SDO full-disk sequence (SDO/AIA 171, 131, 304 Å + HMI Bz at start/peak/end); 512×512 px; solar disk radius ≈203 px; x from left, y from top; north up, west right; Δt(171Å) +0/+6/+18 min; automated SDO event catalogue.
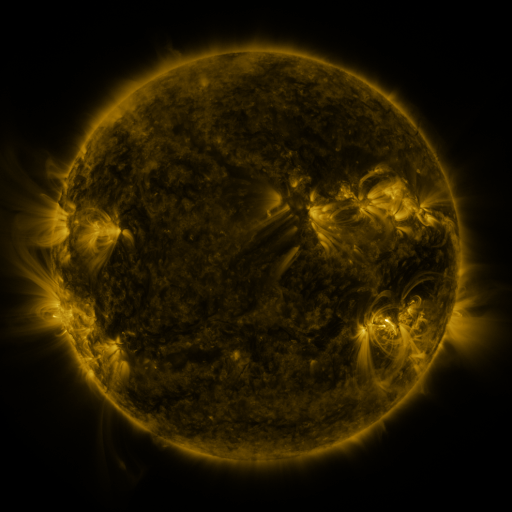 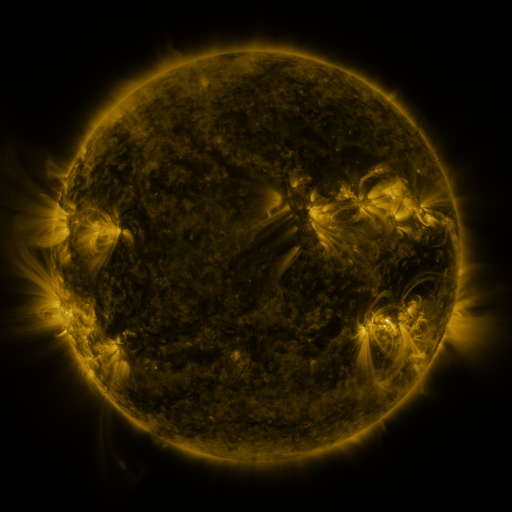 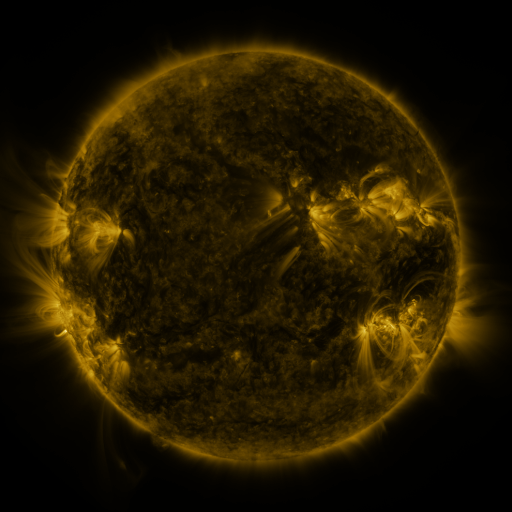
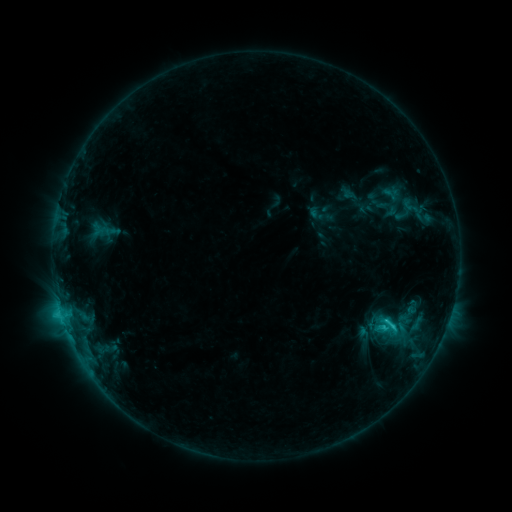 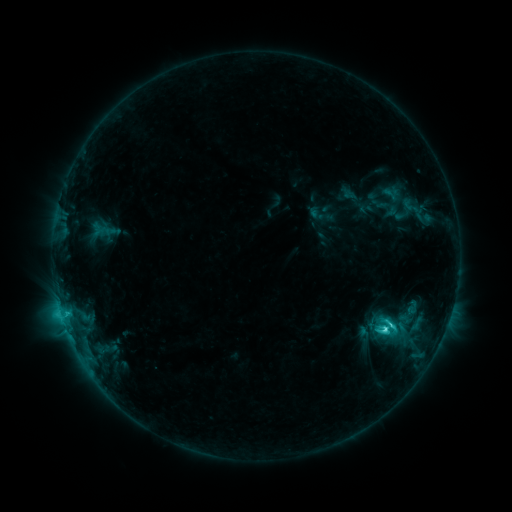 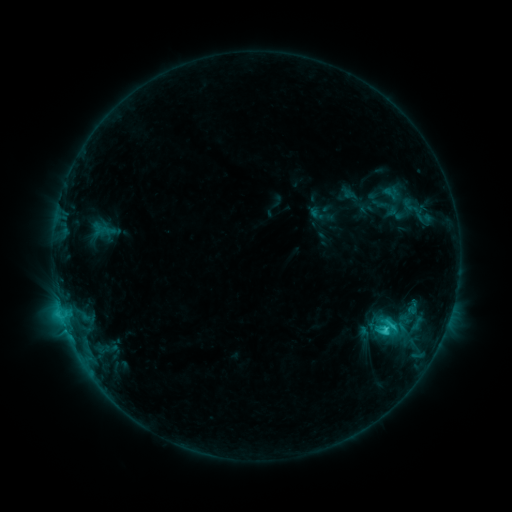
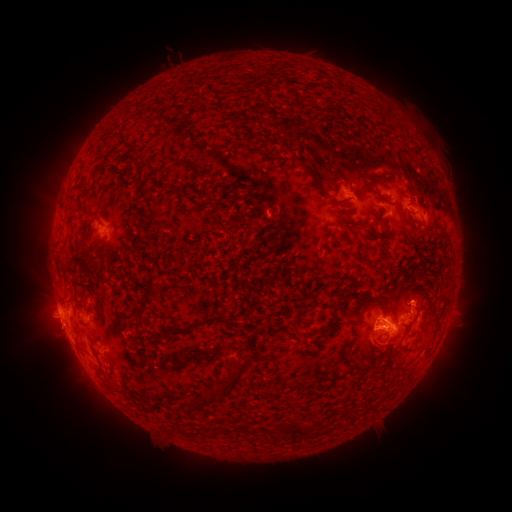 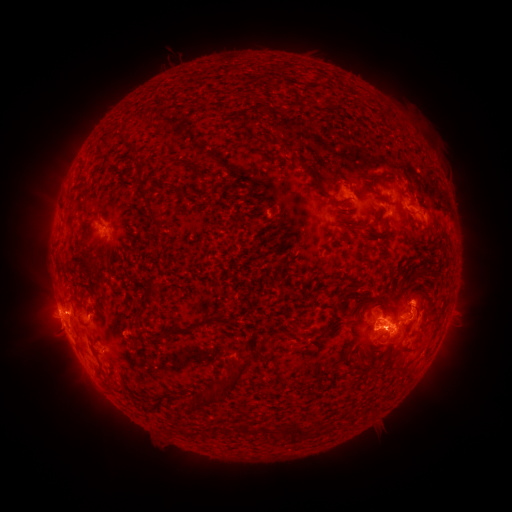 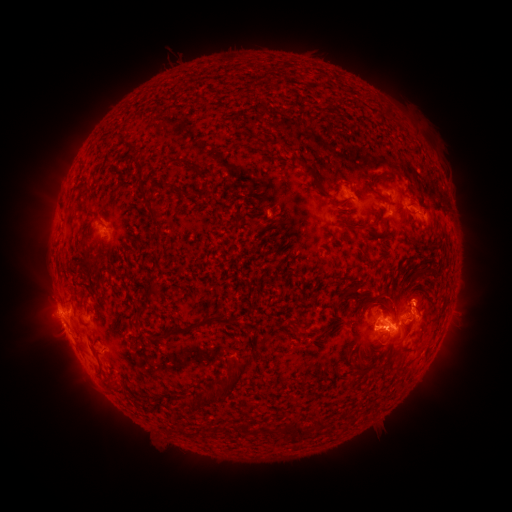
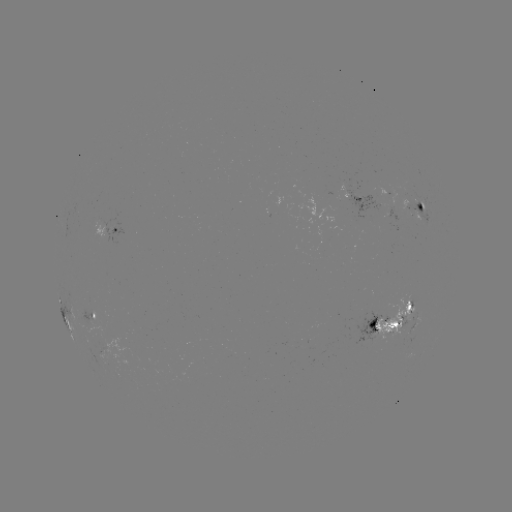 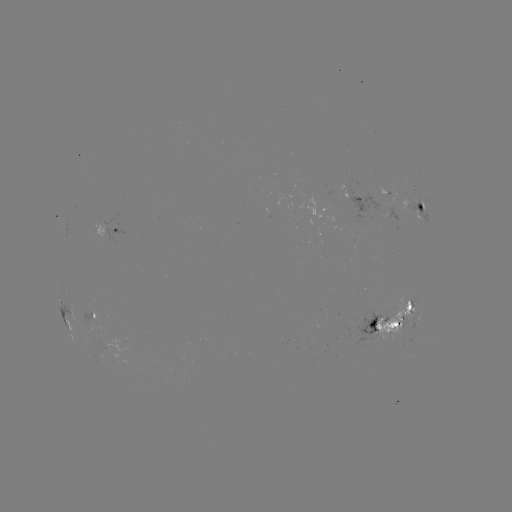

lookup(C3.8 flare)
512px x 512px [383, 327]